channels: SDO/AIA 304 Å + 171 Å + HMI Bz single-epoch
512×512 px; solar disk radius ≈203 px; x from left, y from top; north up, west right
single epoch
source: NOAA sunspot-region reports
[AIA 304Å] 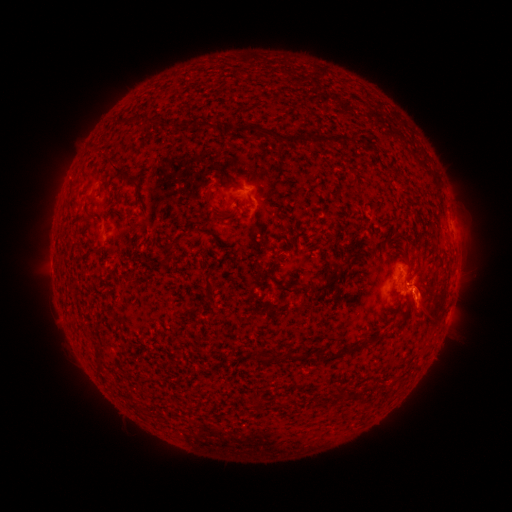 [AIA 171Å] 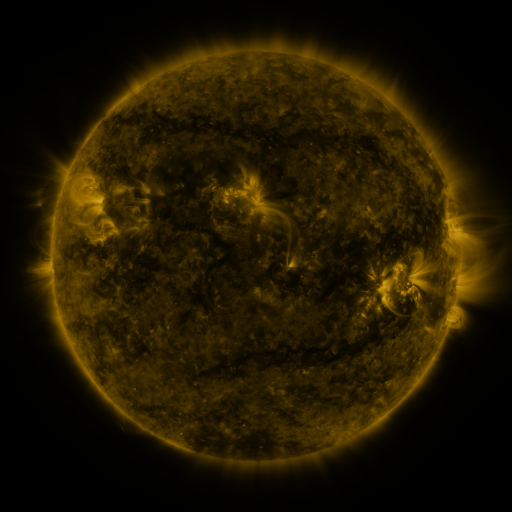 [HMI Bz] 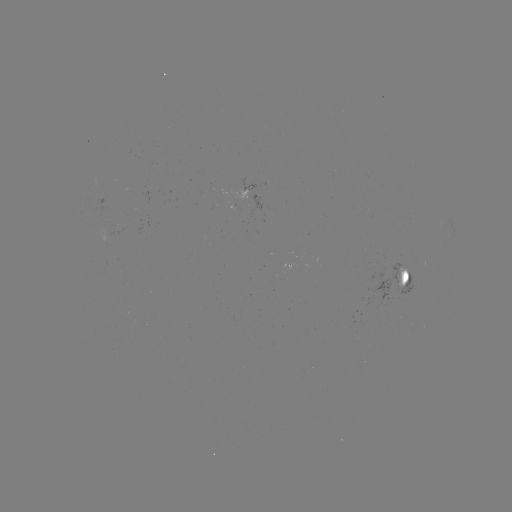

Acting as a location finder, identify spotted active region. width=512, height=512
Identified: [408, 277].